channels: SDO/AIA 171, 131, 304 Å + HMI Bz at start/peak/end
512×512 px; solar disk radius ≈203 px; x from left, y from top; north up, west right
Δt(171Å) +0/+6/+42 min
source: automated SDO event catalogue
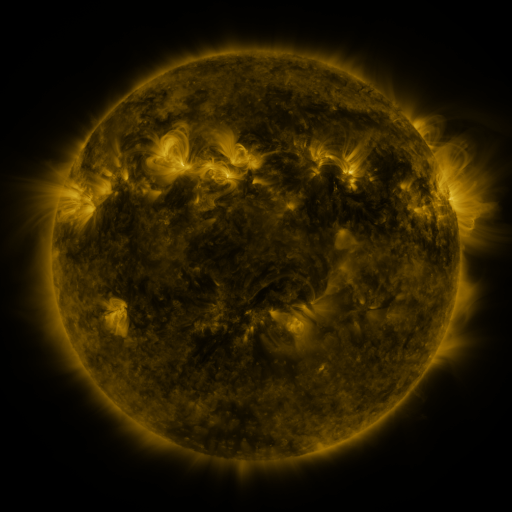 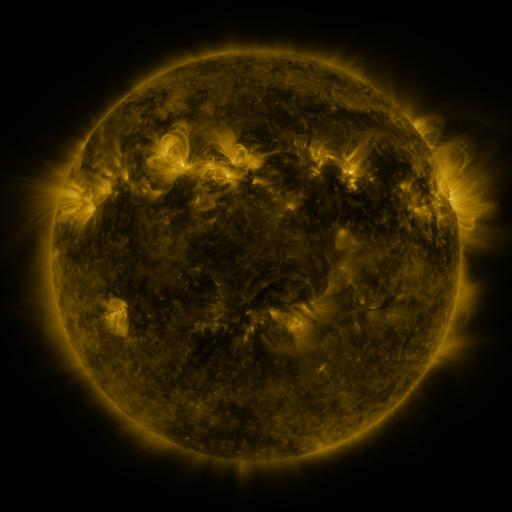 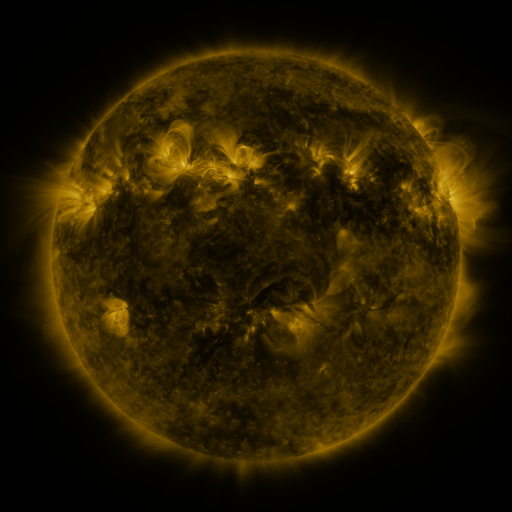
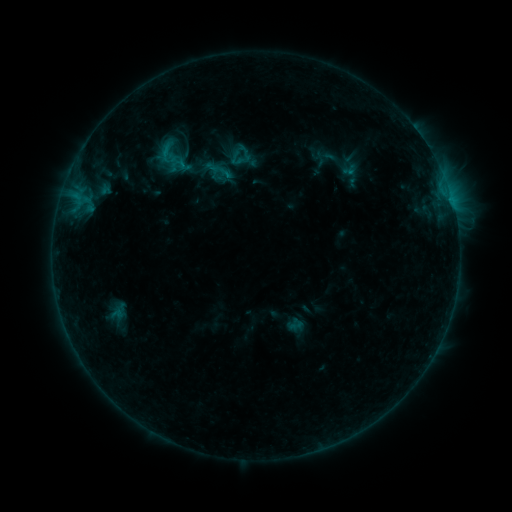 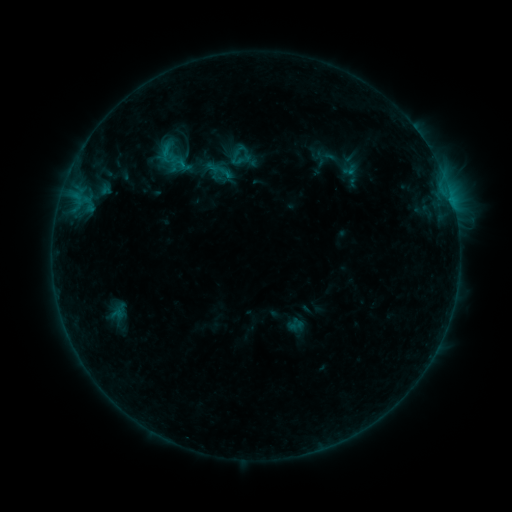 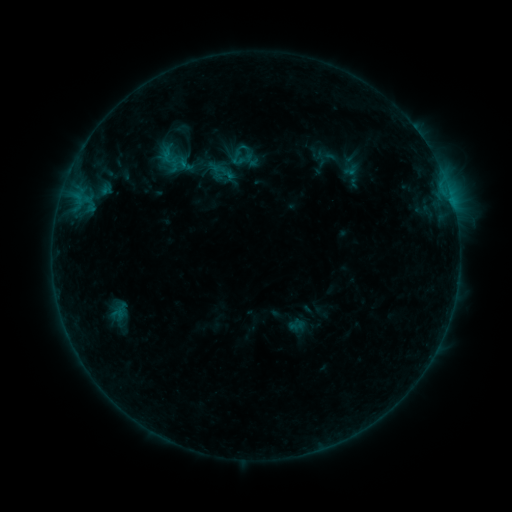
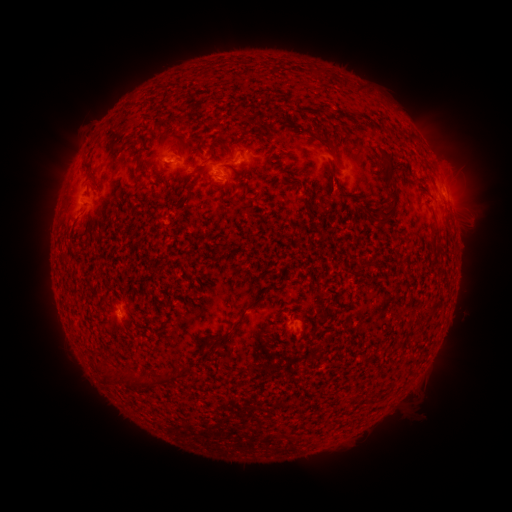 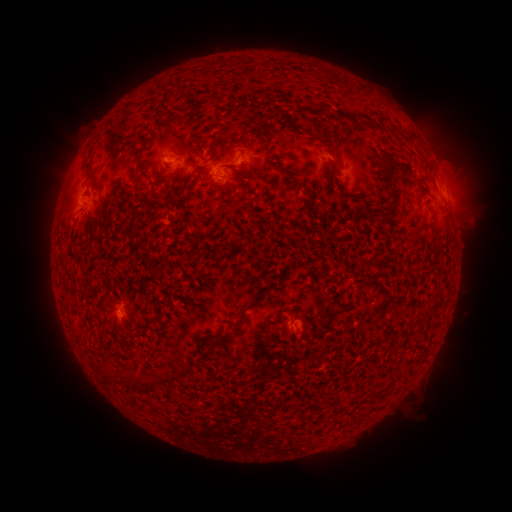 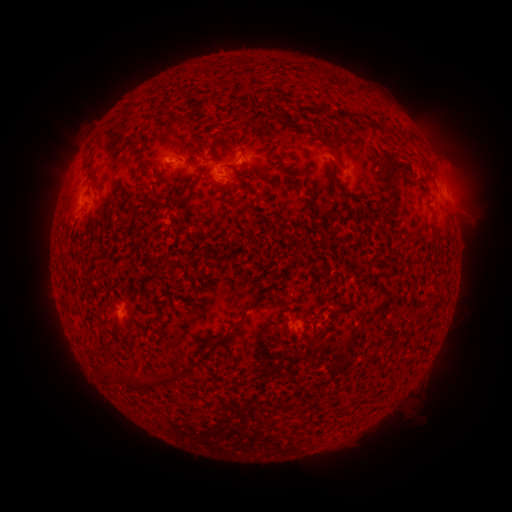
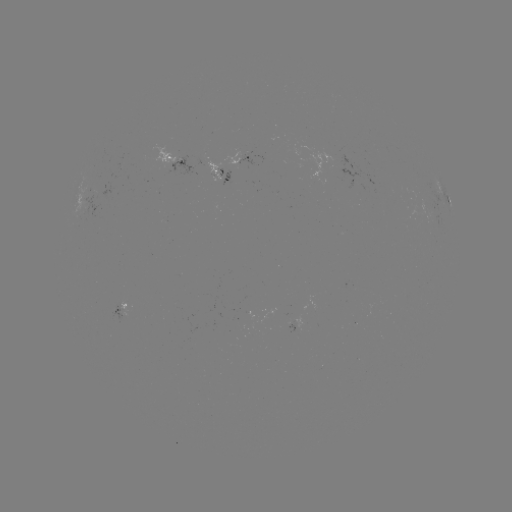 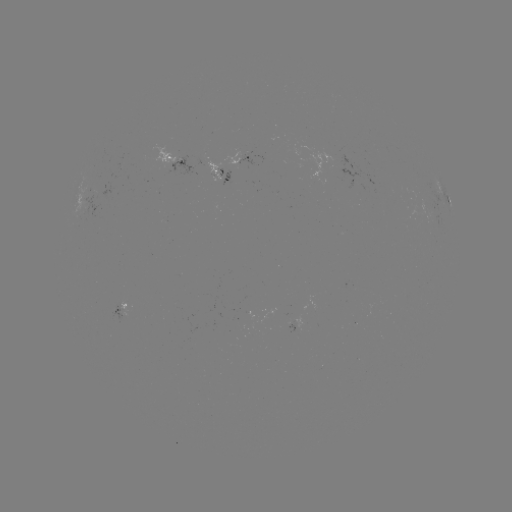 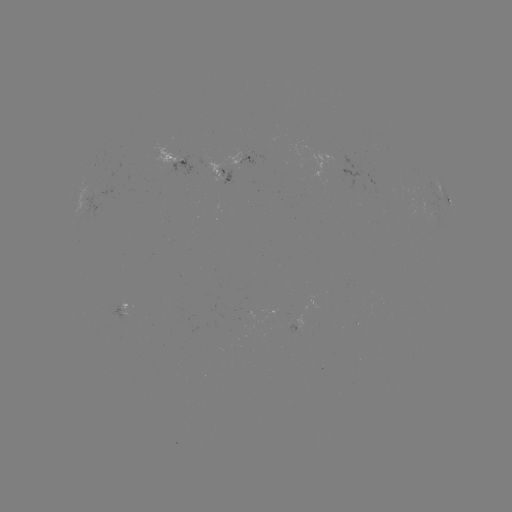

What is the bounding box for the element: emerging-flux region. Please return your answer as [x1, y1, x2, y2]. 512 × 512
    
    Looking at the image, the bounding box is [109, 307, 125, 323].